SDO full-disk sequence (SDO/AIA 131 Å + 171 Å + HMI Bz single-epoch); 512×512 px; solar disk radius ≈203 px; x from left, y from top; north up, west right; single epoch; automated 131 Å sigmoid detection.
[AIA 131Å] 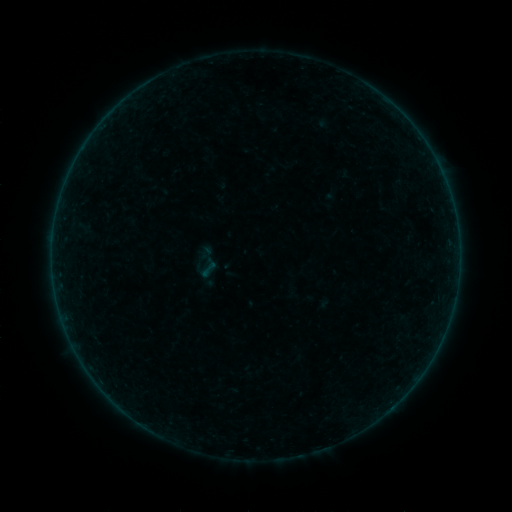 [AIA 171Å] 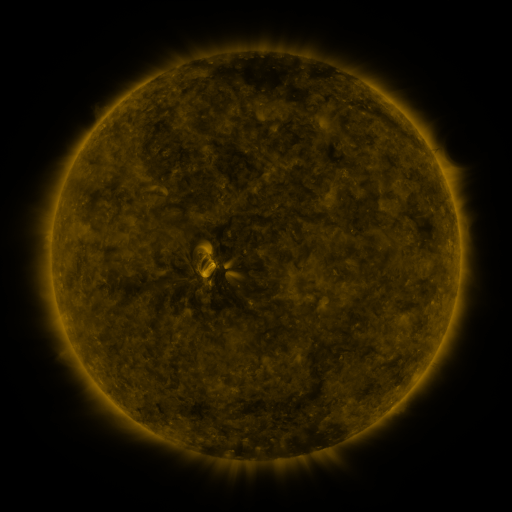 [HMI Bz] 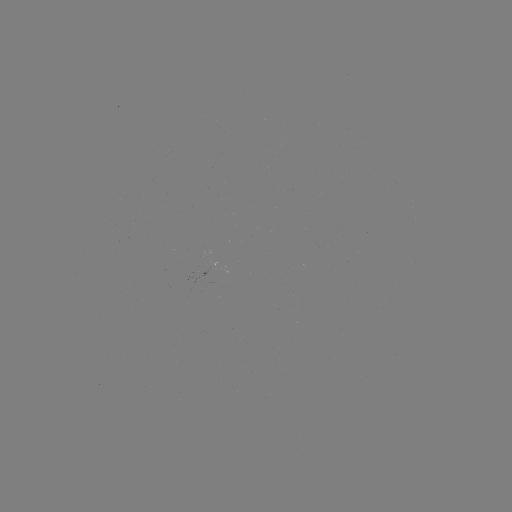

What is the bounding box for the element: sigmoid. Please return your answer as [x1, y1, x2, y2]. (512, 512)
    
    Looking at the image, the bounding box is [187, 244, 225, 281].